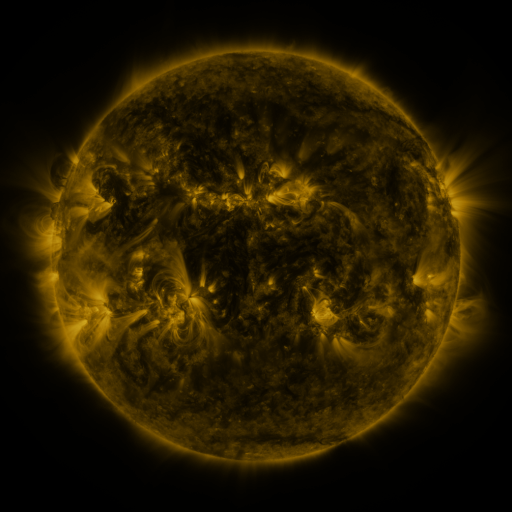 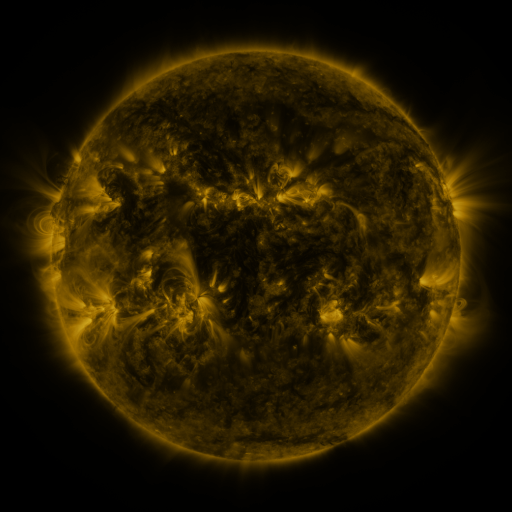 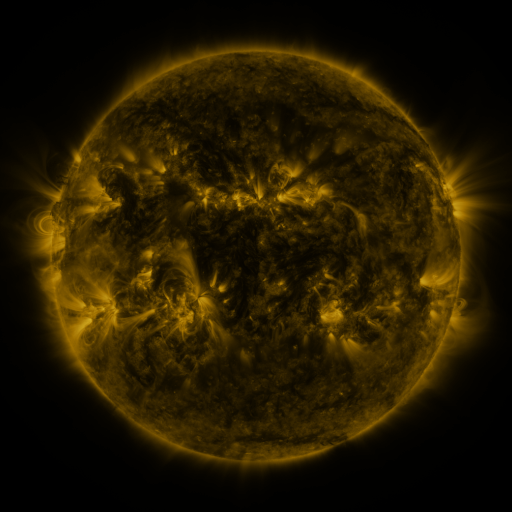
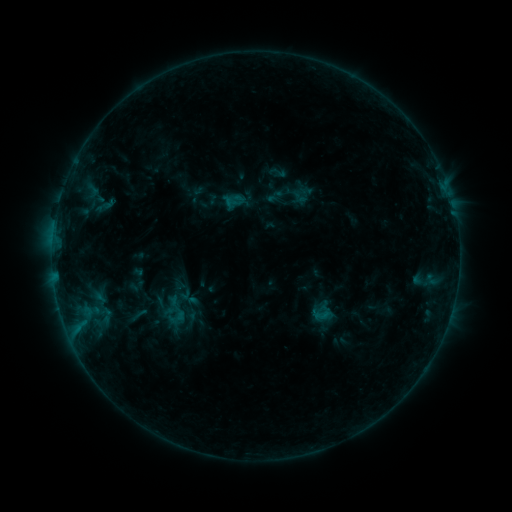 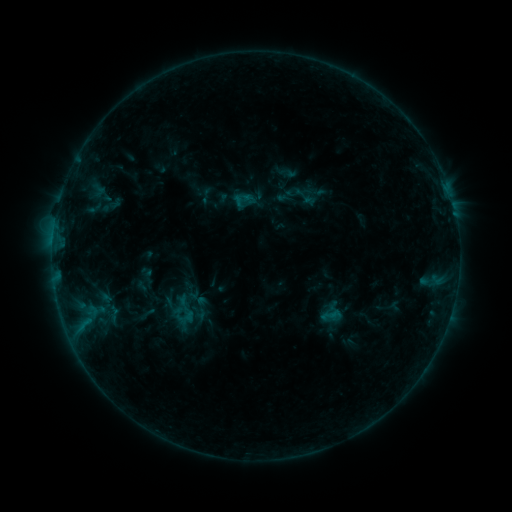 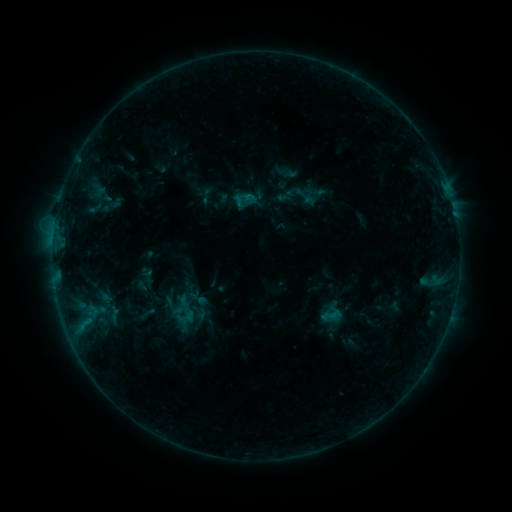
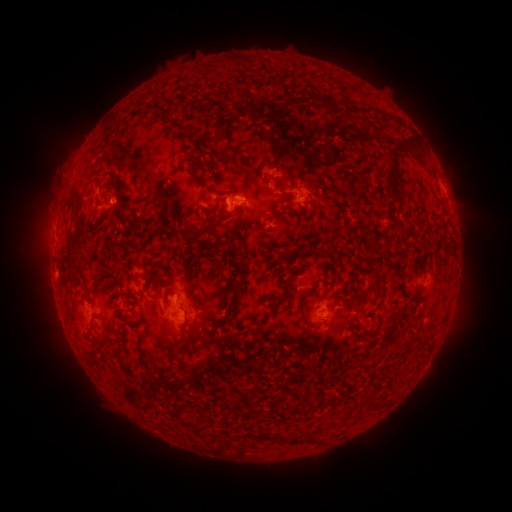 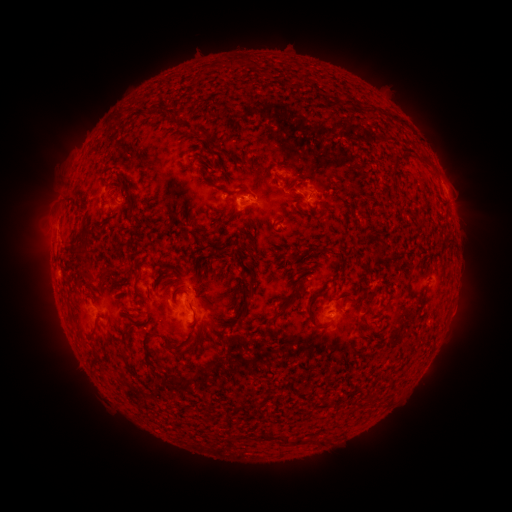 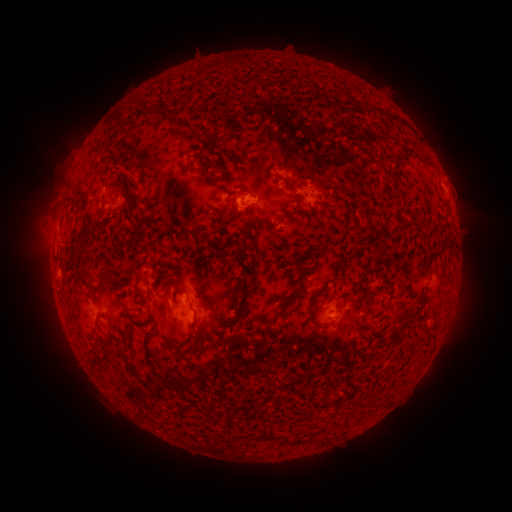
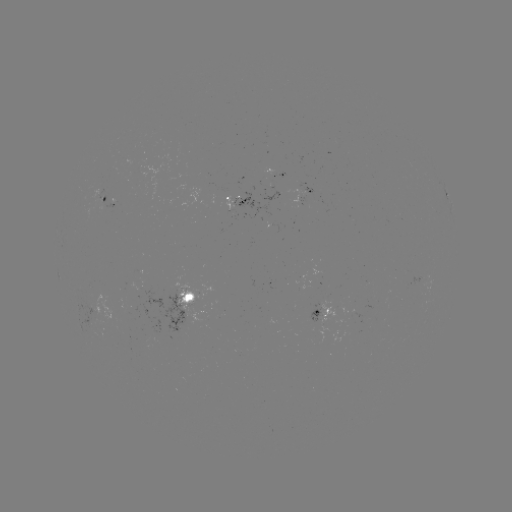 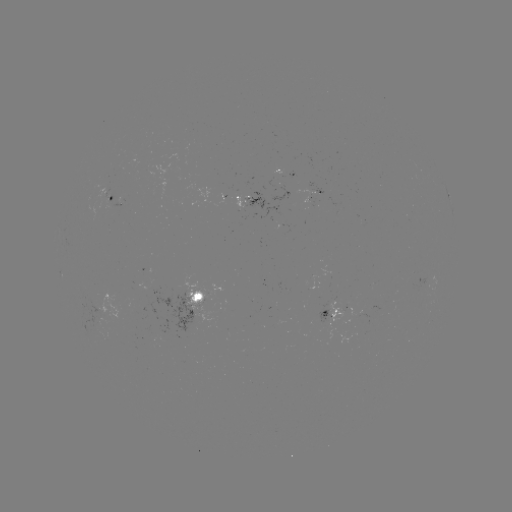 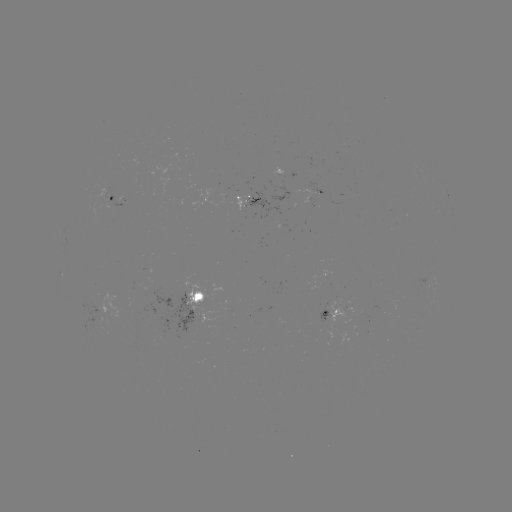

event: emerging-flux region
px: (224, 194)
